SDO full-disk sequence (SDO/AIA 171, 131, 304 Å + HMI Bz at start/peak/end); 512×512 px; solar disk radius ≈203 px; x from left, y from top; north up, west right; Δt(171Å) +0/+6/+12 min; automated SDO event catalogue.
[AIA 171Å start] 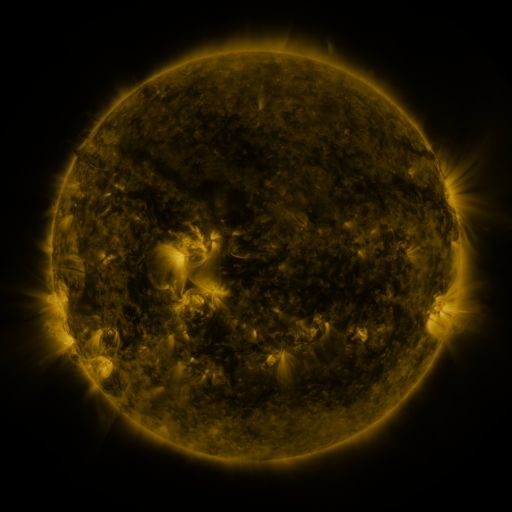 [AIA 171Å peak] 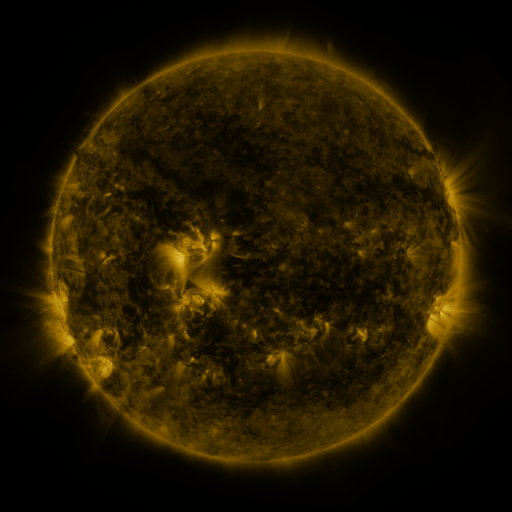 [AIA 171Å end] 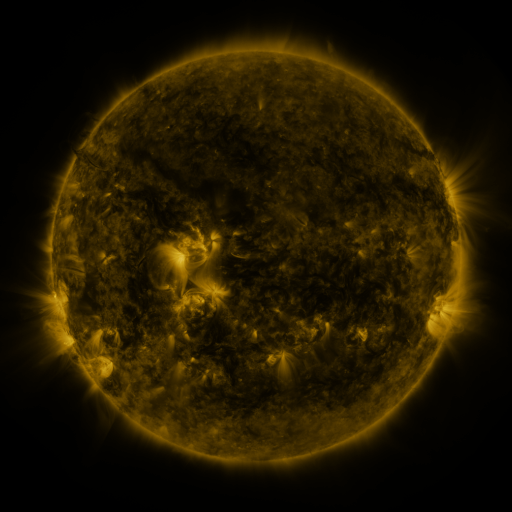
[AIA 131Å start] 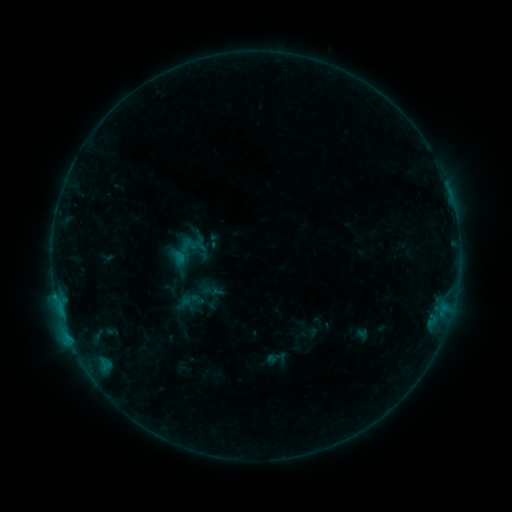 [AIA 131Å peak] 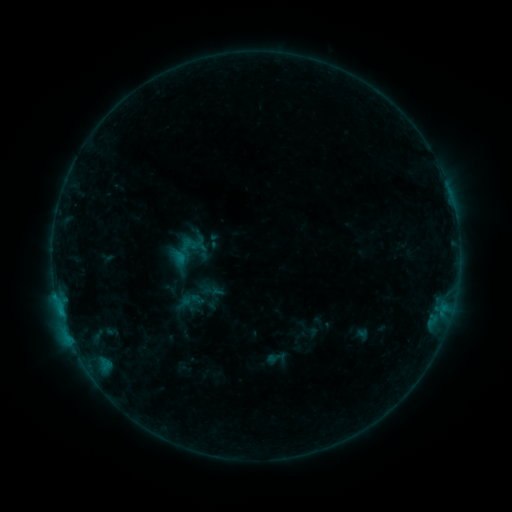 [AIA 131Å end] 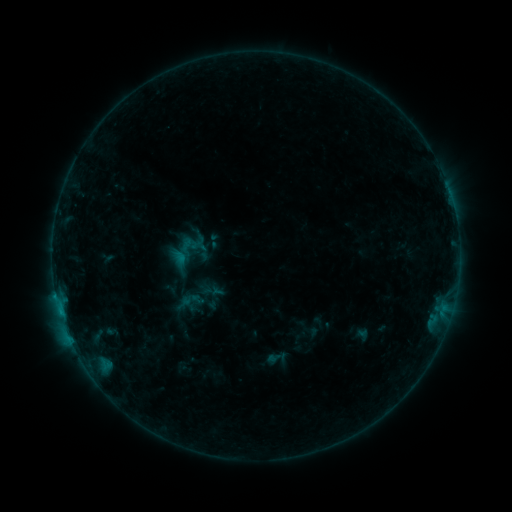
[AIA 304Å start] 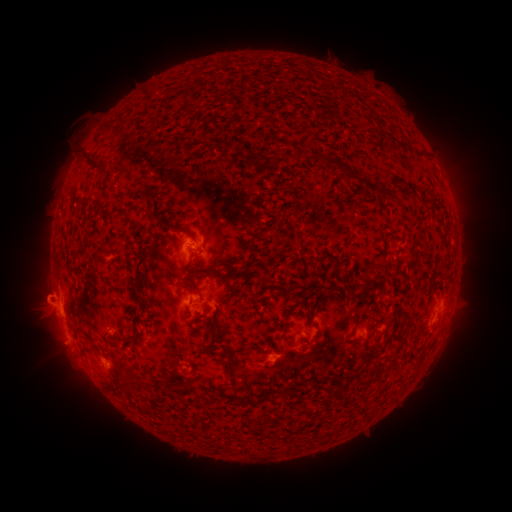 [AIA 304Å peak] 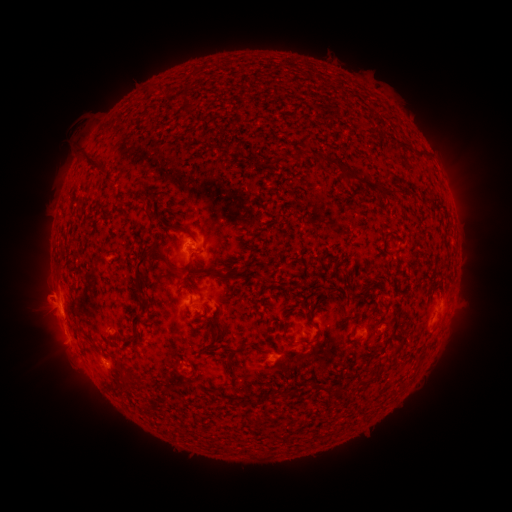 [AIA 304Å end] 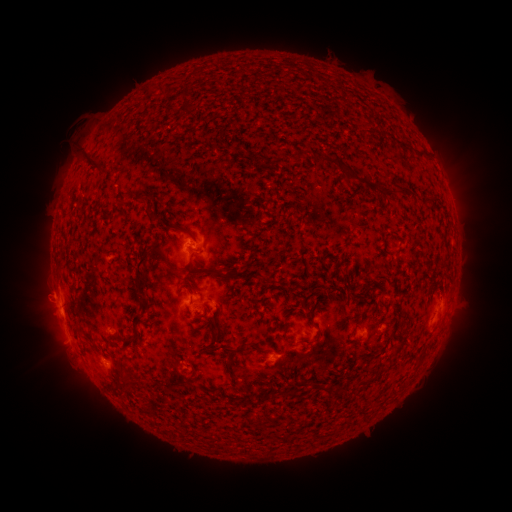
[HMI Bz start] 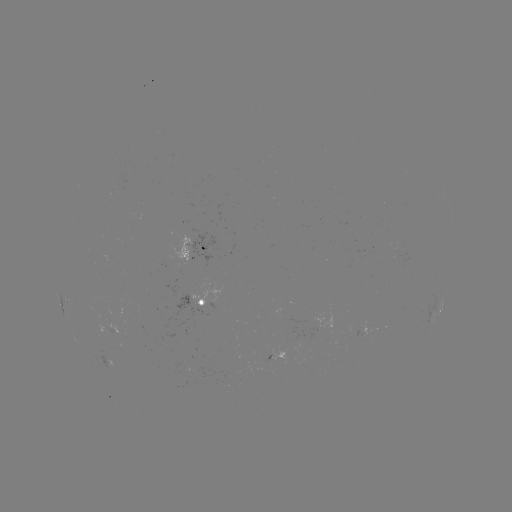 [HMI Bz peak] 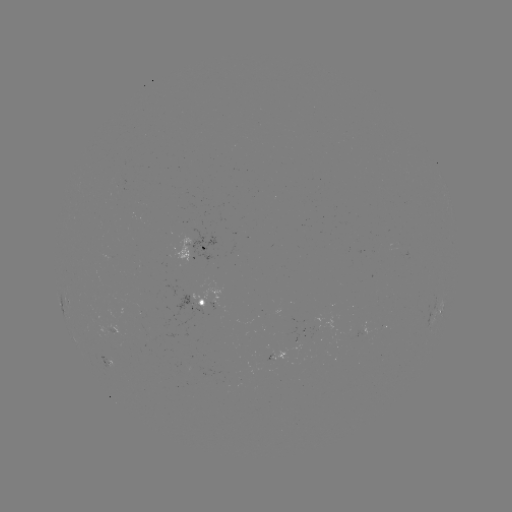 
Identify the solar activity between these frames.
B6.6 flare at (61, 311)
